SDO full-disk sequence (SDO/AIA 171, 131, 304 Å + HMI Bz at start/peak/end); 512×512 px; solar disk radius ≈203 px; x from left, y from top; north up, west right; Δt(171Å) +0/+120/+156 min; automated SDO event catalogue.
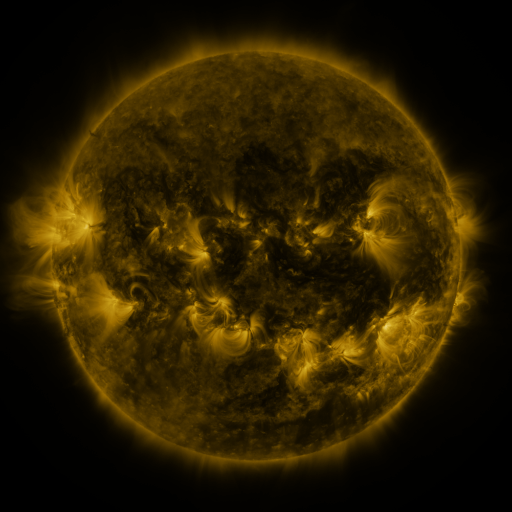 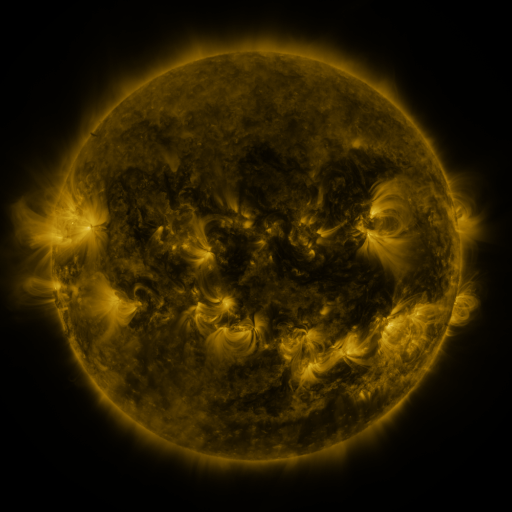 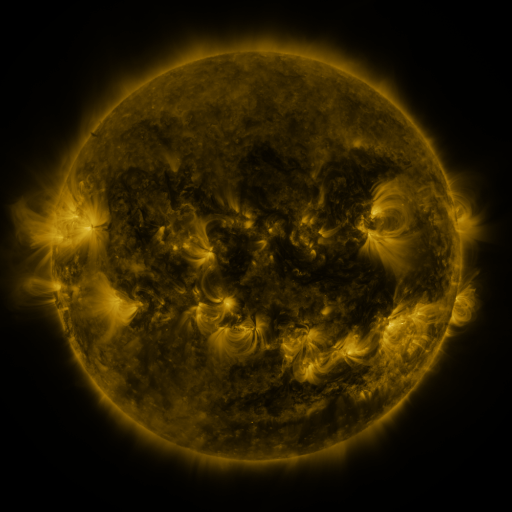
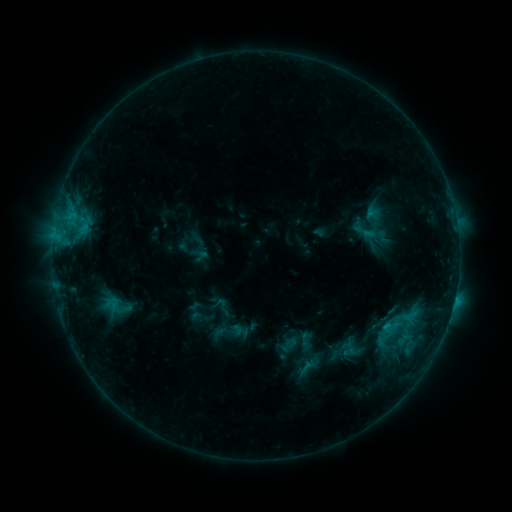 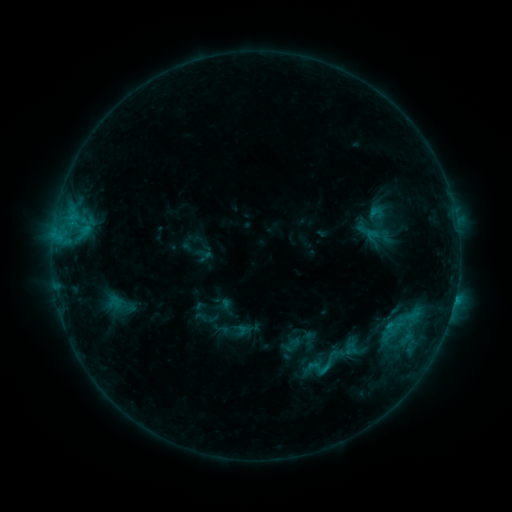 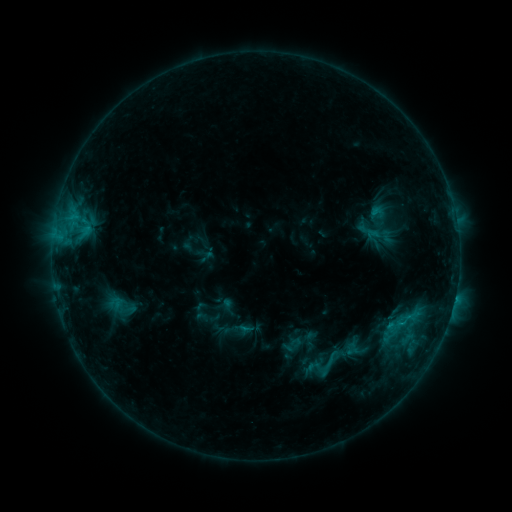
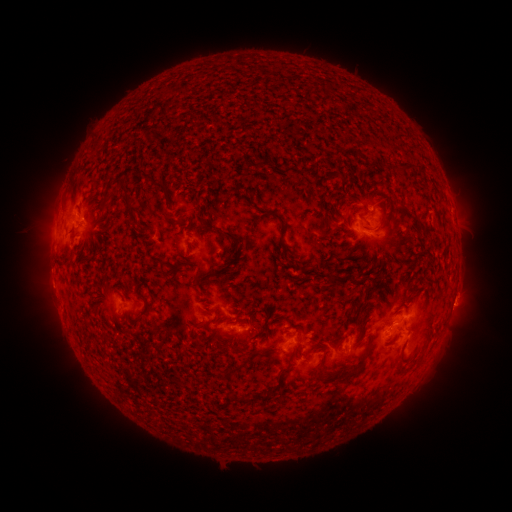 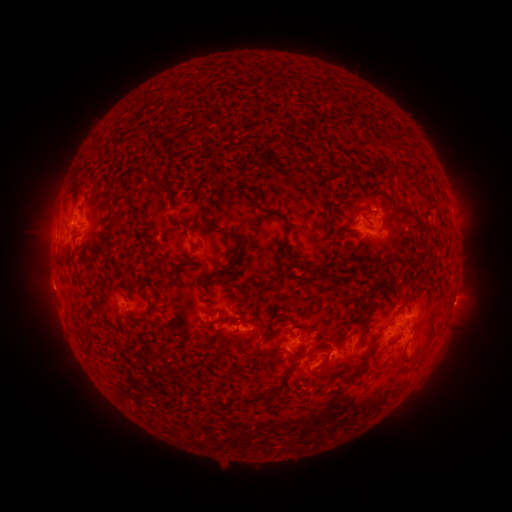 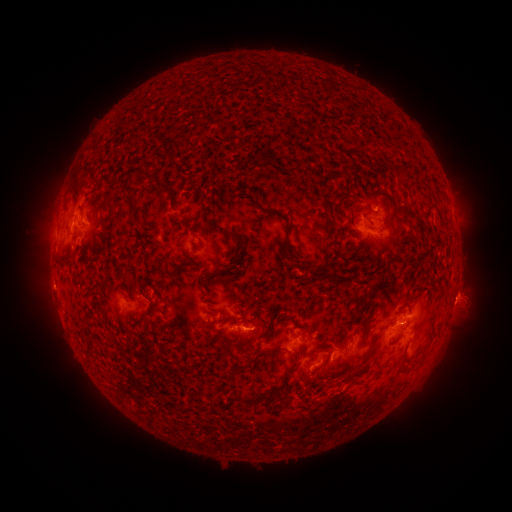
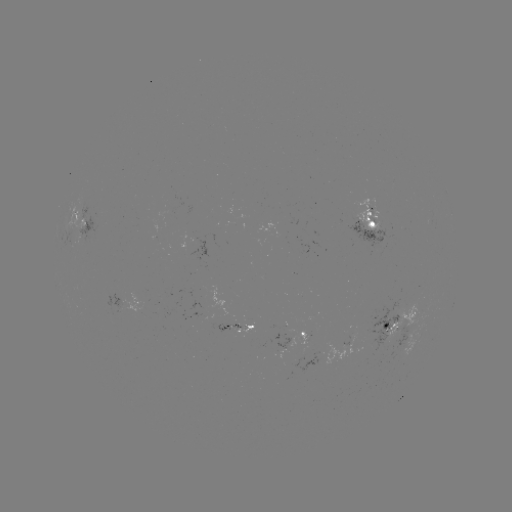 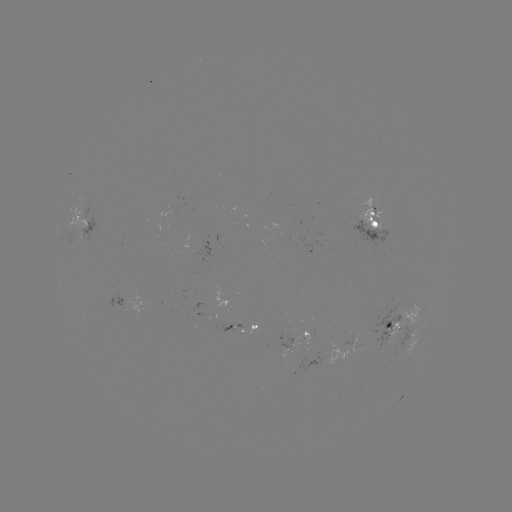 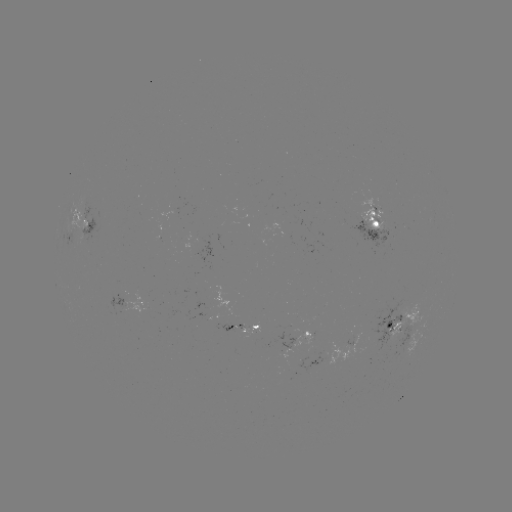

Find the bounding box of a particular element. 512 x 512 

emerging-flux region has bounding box [218, 324, 247, 333].